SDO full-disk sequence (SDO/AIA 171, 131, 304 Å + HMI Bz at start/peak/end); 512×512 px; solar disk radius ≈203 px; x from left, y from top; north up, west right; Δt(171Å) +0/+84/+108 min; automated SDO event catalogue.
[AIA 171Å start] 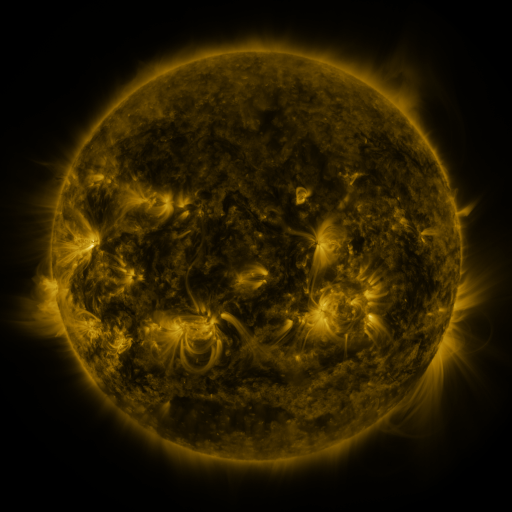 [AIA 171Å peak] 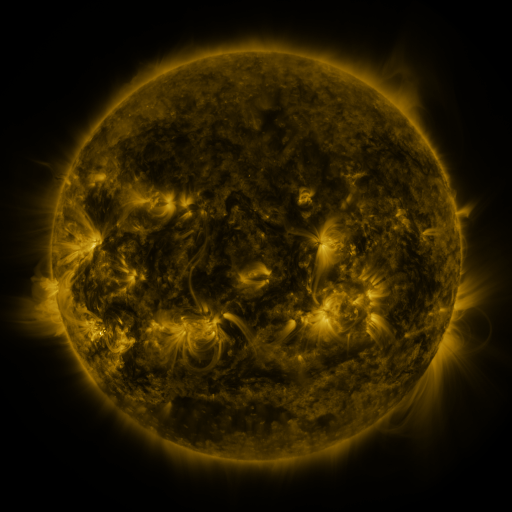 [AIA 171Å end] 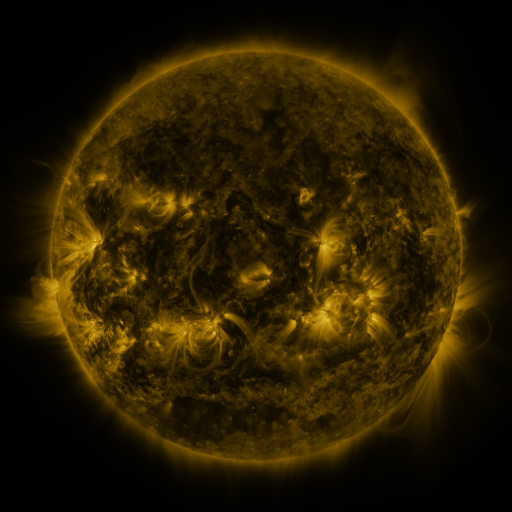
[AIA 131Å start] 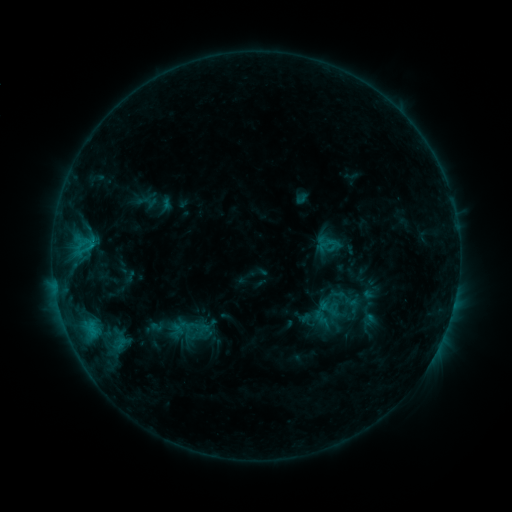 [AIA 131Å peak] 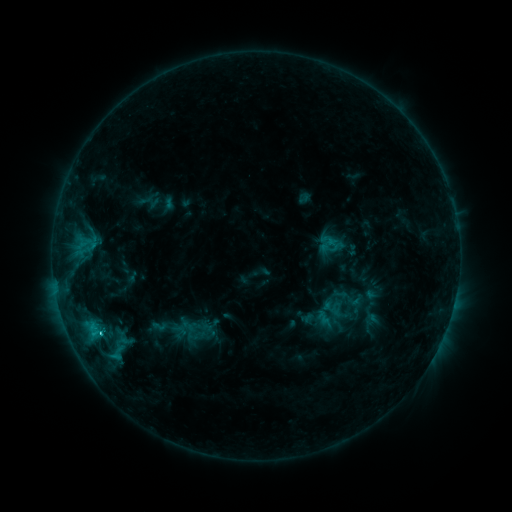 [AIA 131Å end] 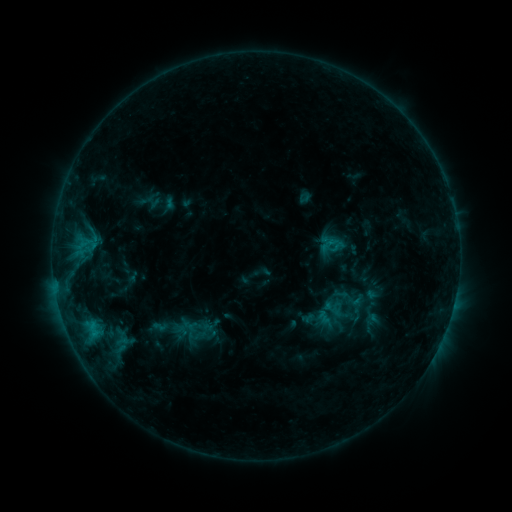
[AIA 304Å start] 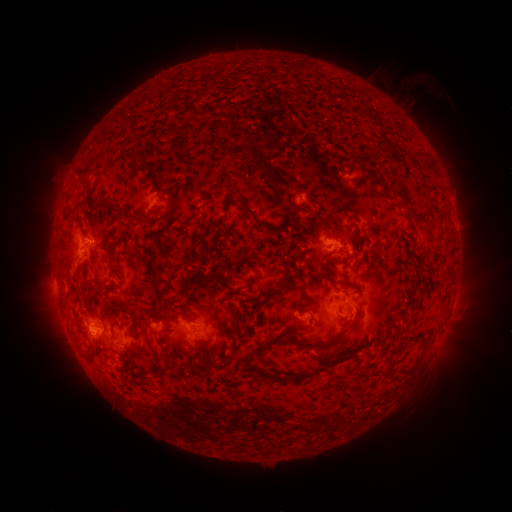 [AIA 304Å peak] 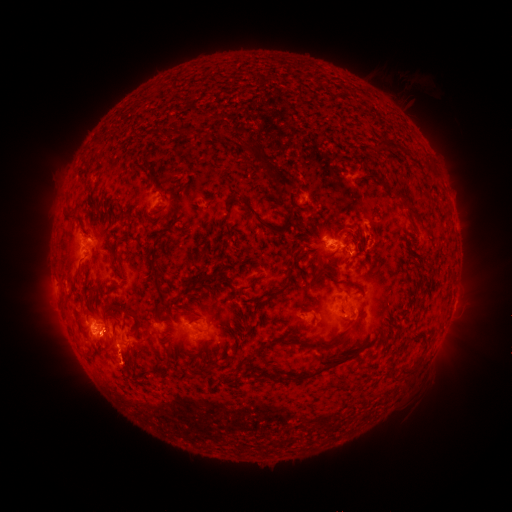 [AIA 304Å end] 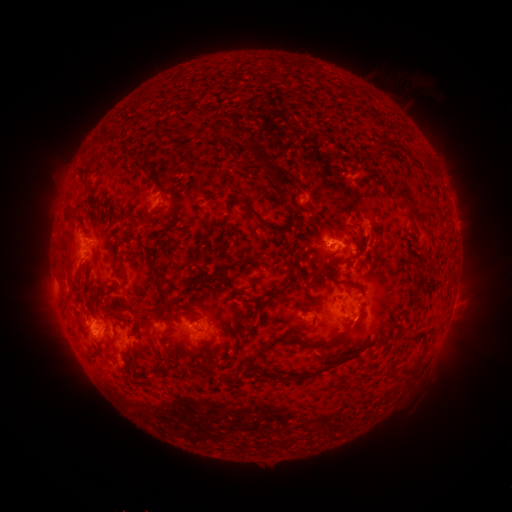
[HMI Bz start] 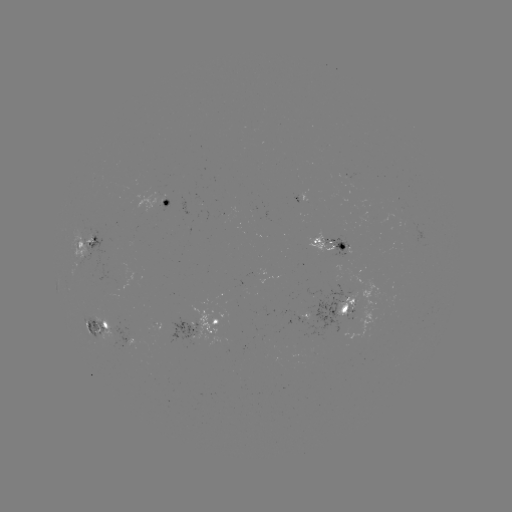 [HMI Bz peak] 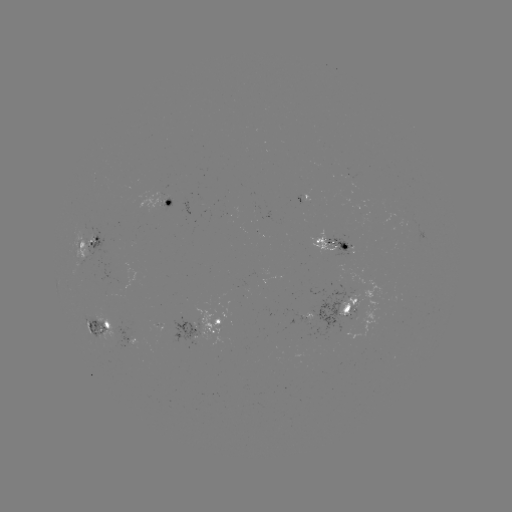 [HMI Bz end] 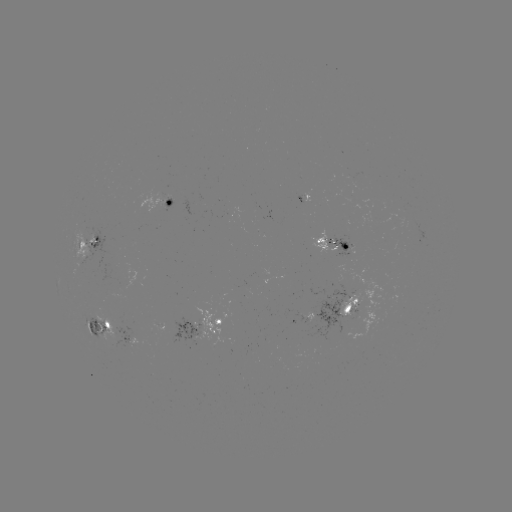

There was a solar emerging-flux region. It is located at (217, 342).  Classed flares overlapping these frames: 1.